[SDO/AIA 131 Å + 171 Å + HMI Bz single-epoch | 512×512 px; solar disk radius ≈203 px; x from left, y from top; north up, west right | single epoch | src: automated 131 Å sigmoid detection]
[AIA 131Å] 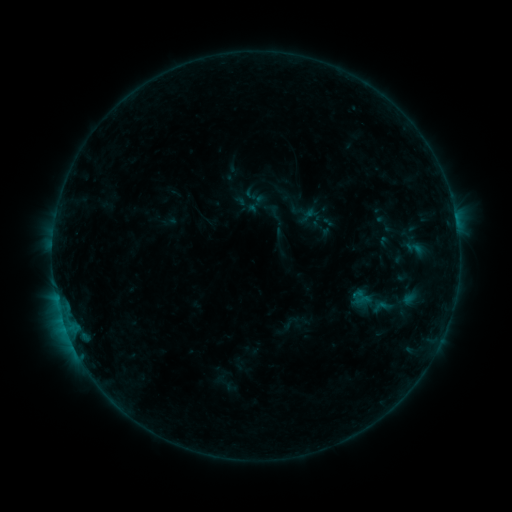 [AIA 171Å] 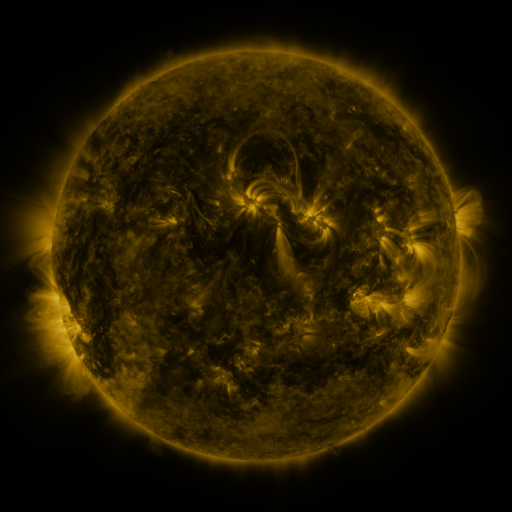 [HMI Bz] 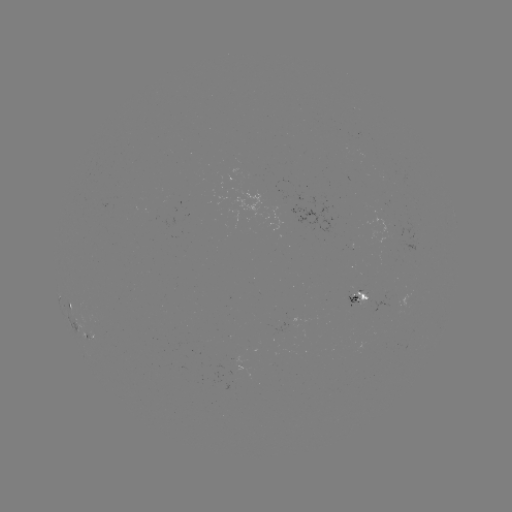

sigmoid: <bbox>404, 239, 424, 257</bbox>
